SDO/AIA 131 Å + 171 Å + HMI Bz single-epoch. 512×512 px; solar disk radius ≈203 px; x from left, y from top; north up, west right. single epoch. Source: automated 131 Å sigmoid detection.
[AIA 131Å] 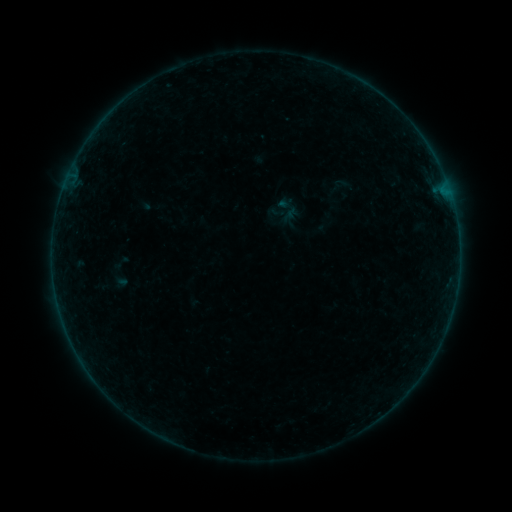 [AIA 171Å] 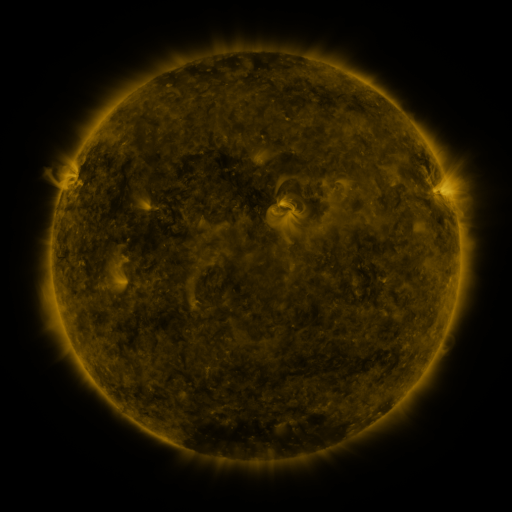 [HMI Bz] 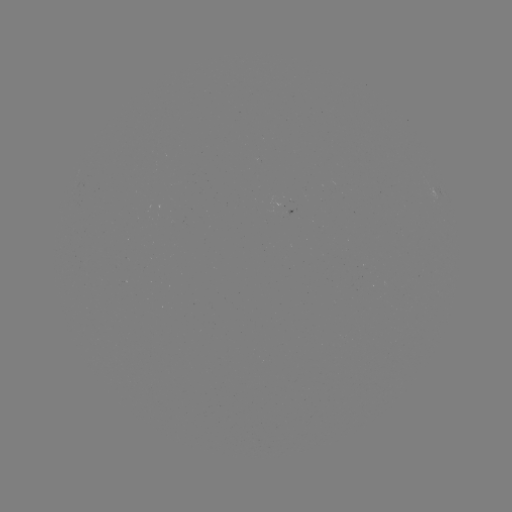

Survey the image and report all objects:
sigmoid: [276, 194, 300, 219]
